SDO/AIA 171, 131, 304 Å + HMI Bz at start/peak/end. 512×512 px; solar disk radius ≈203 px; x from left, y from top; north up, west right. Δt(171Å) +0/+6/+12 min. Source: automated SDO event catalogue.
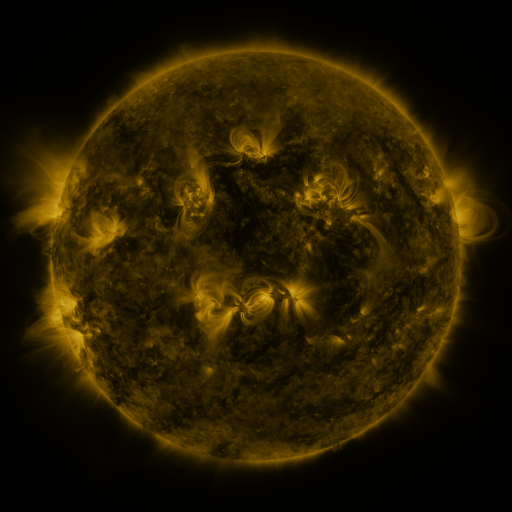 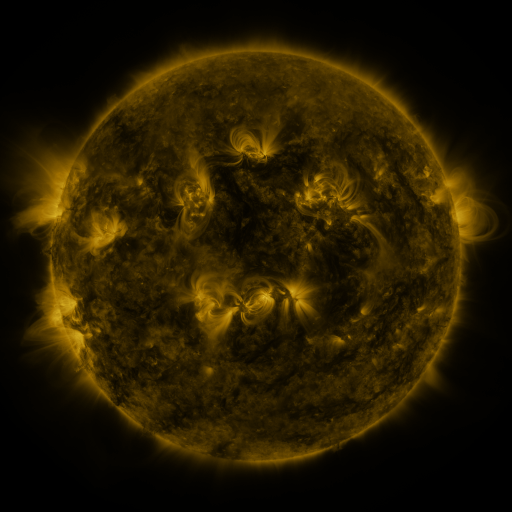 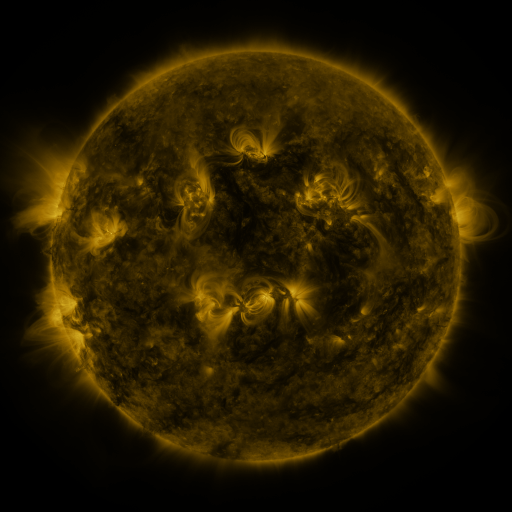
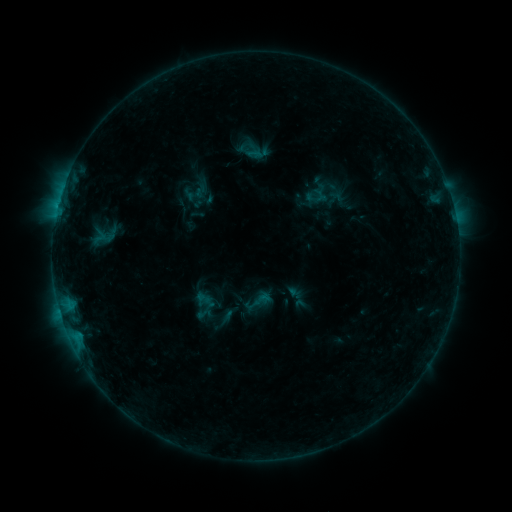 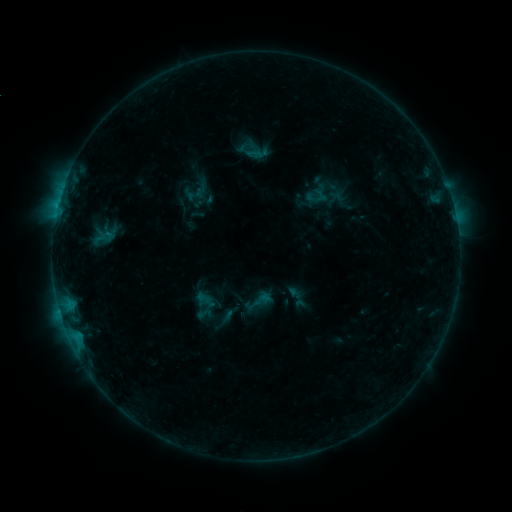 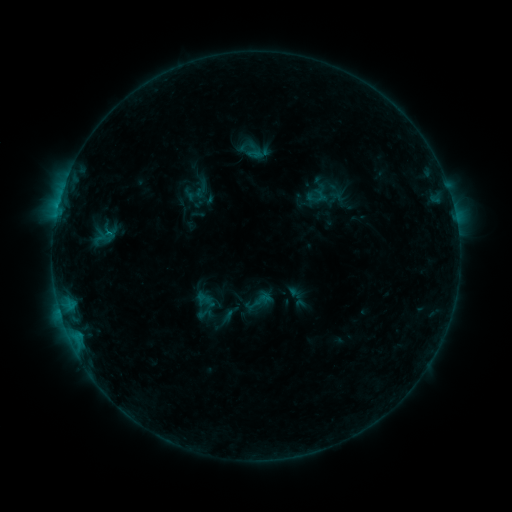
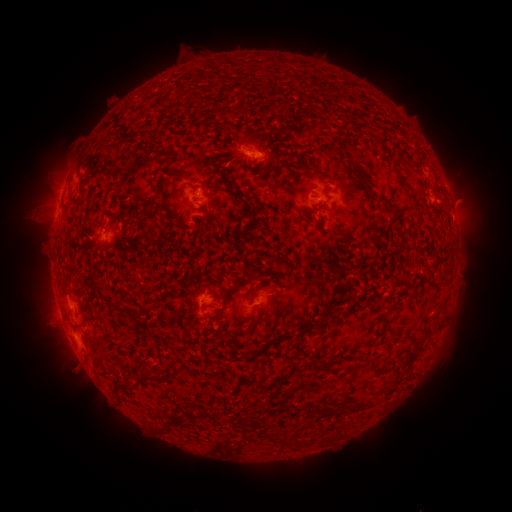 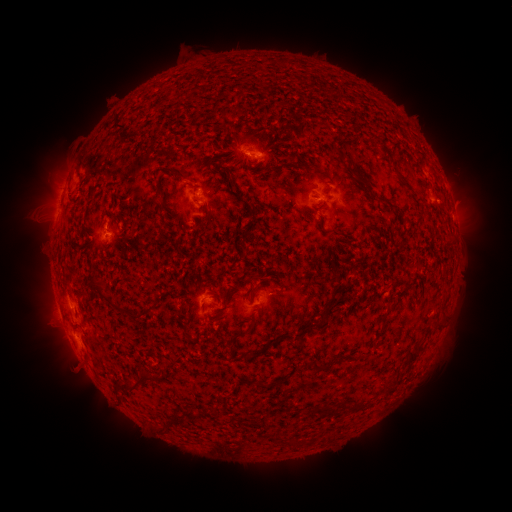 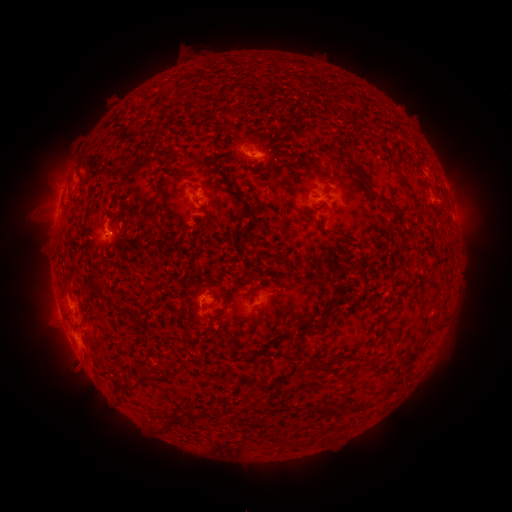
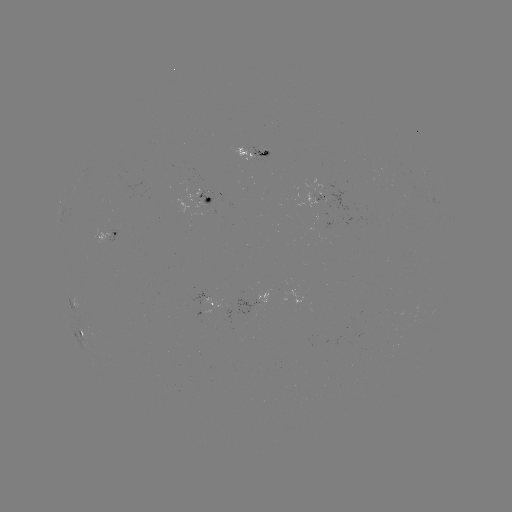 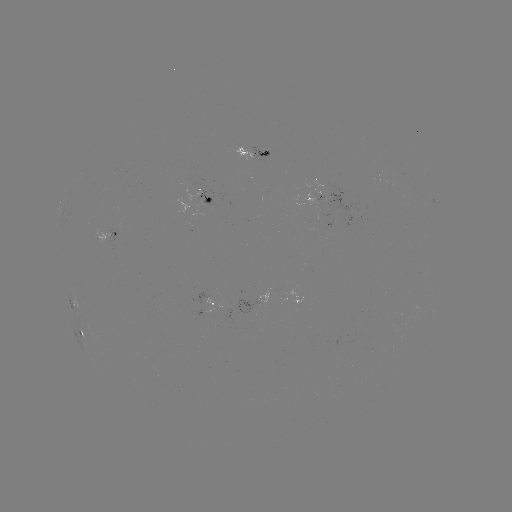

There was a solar eruption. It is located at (105, 220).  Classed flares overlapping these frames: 2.